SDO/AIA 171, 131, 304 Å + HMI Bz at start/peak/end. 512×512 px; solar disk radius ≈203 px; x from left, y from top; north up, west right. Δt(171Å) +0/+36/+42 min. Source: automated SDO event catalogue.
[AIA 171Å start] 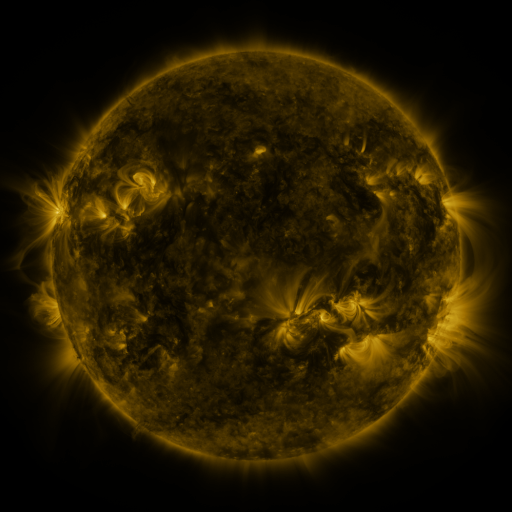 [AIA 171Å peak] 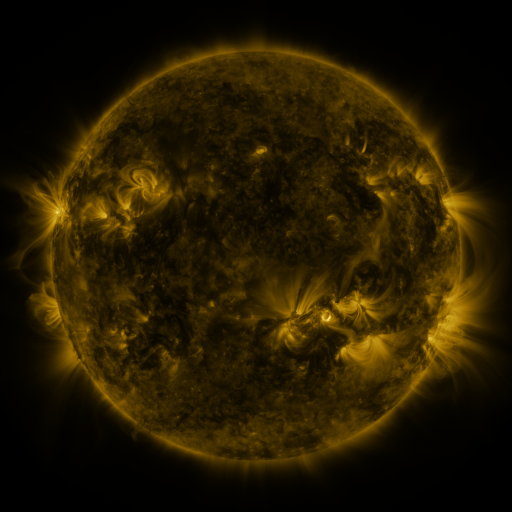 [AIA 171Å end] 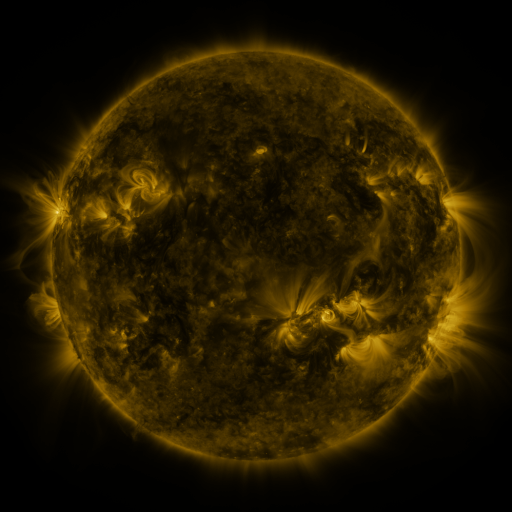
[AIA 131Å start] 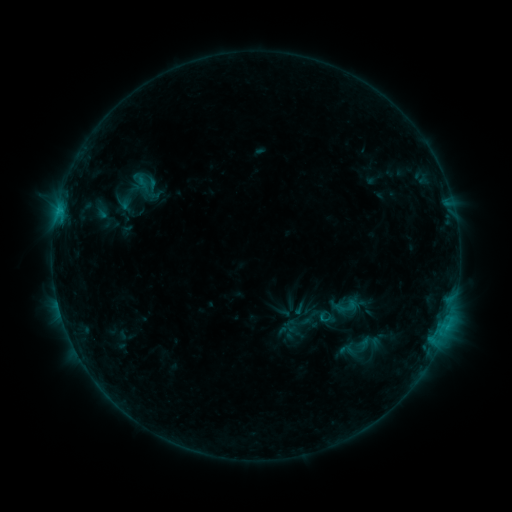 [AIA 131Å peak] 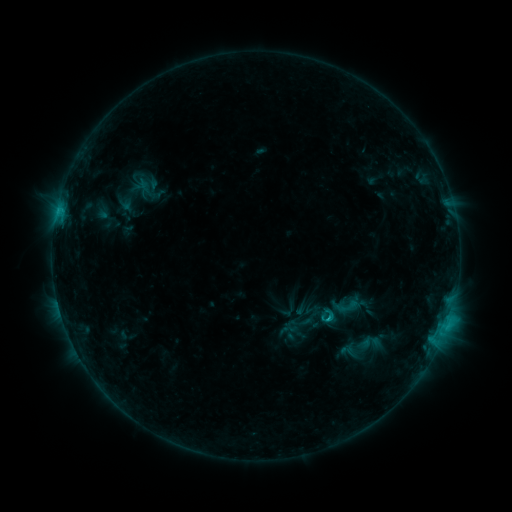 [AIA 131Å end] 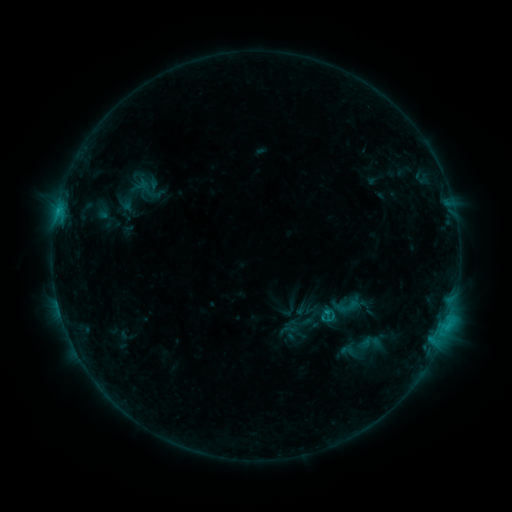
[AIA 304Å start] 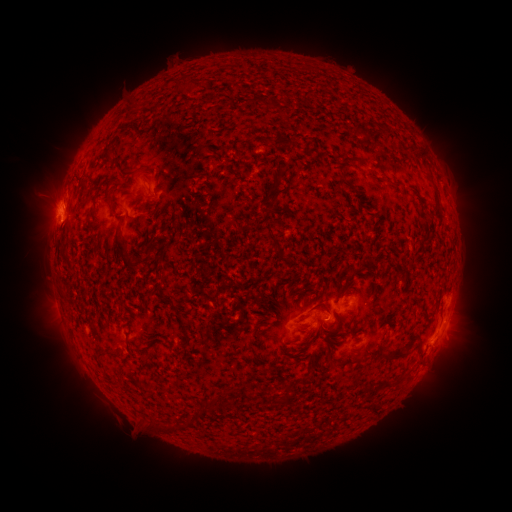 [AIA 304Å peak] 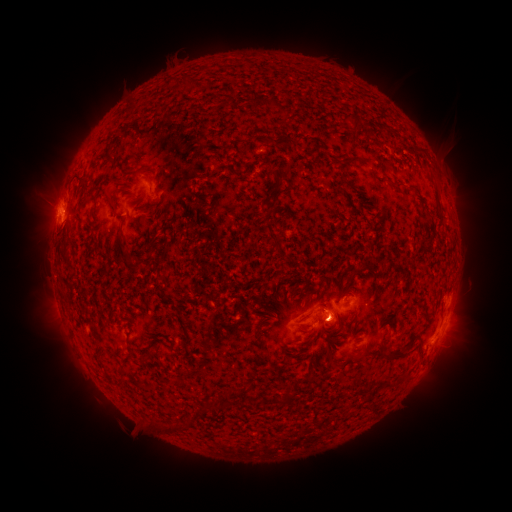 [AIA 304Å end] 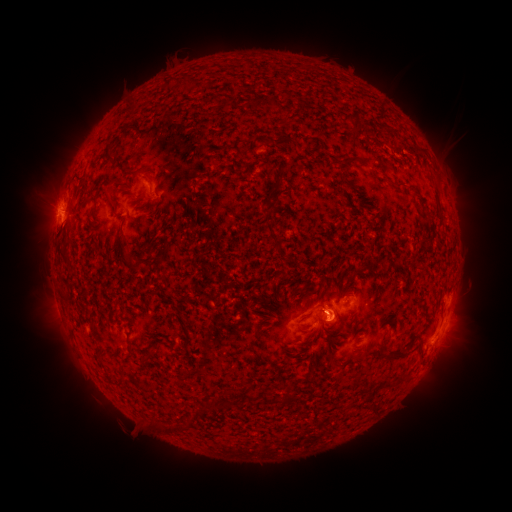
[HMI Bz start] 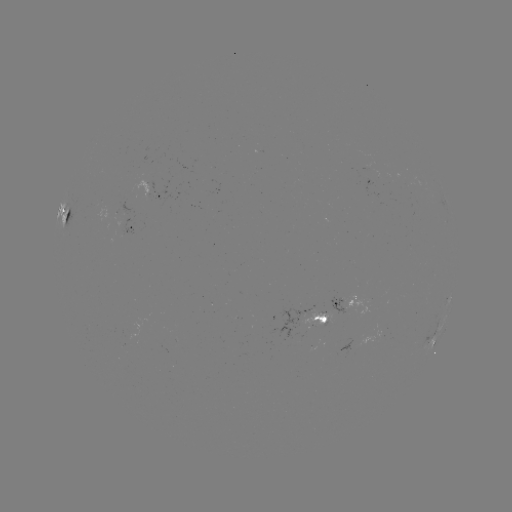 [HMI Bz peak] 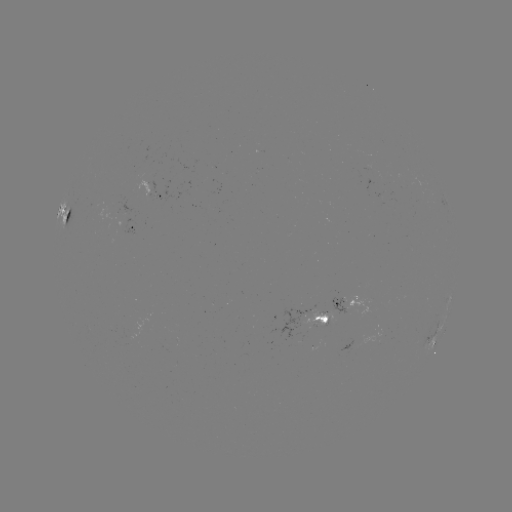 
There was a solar flare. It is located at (327, 317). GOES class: C1.2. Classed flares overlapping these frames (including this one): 1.